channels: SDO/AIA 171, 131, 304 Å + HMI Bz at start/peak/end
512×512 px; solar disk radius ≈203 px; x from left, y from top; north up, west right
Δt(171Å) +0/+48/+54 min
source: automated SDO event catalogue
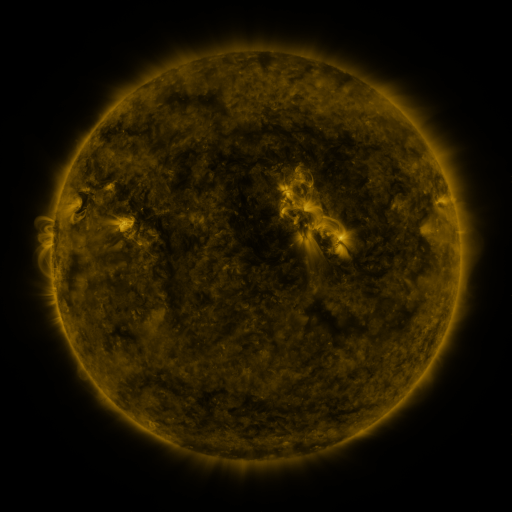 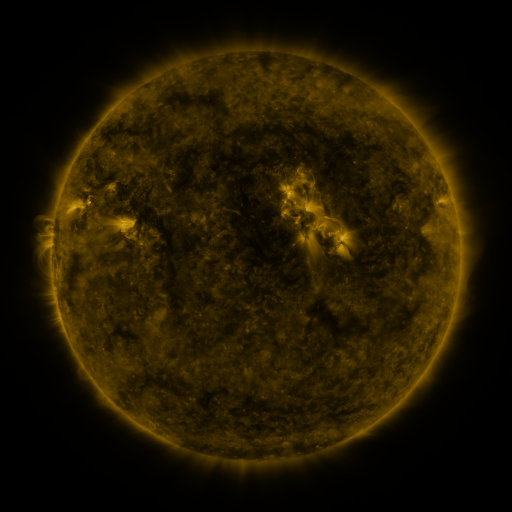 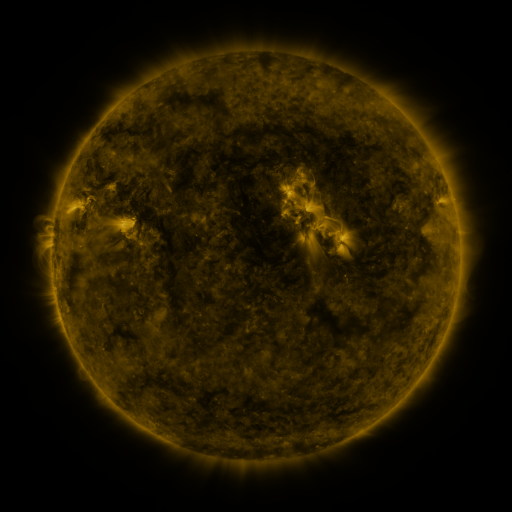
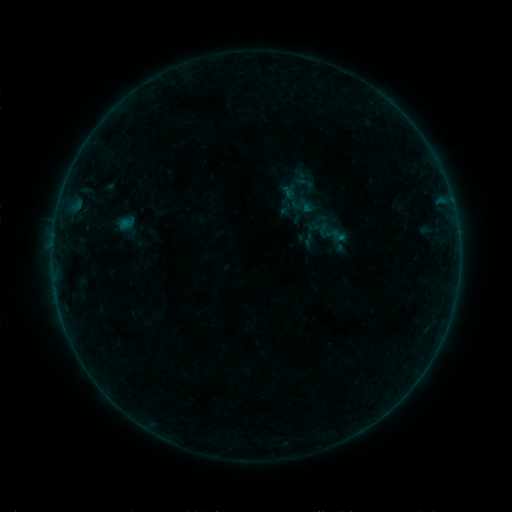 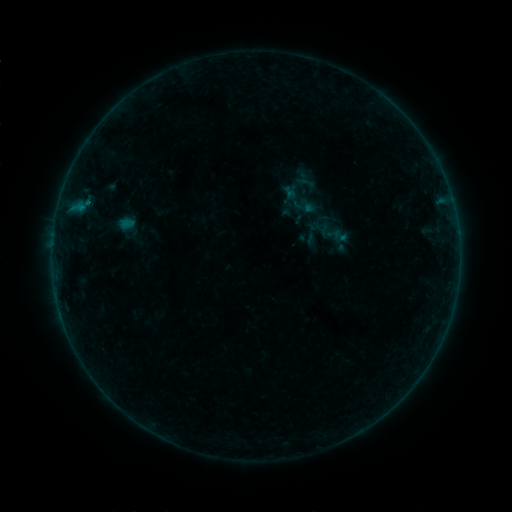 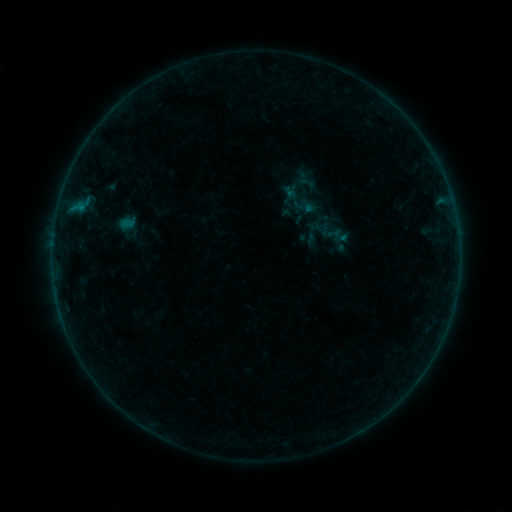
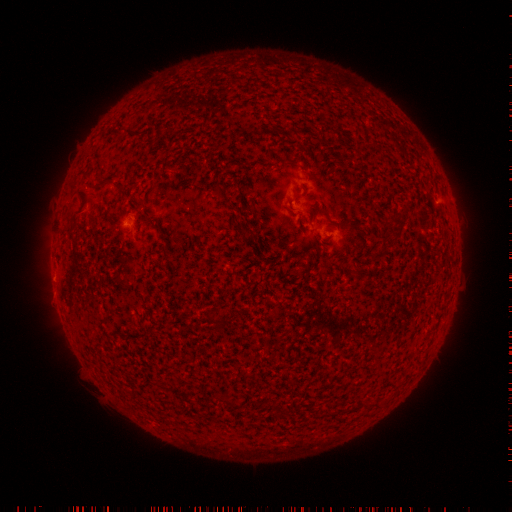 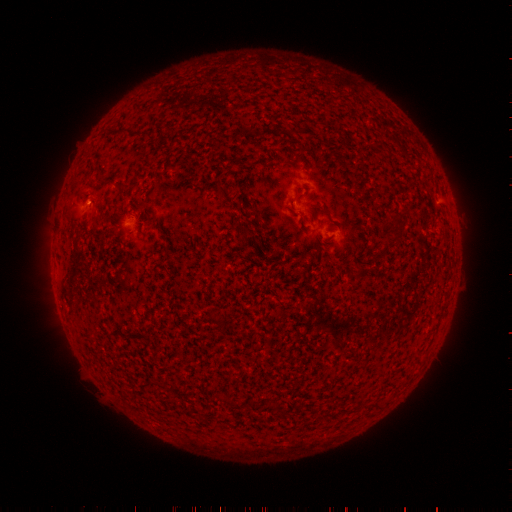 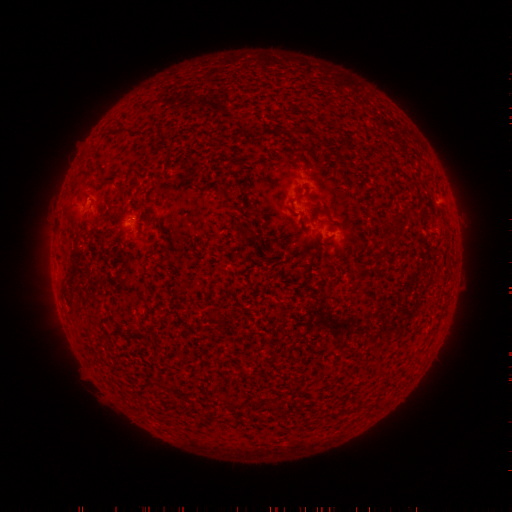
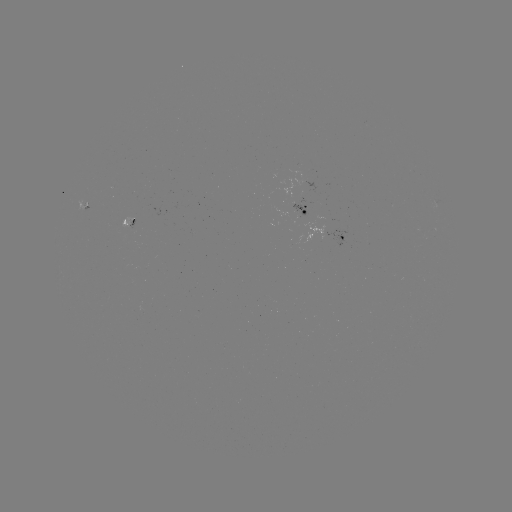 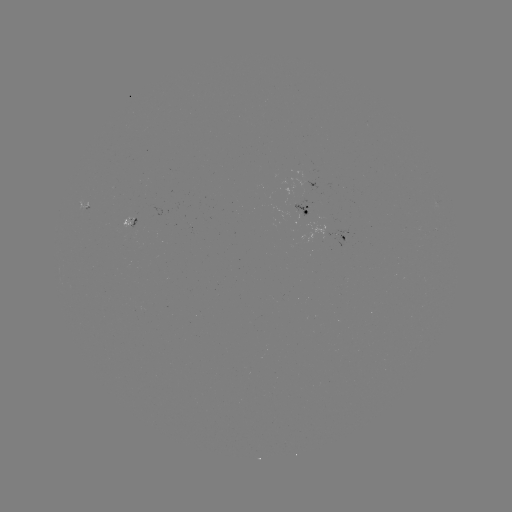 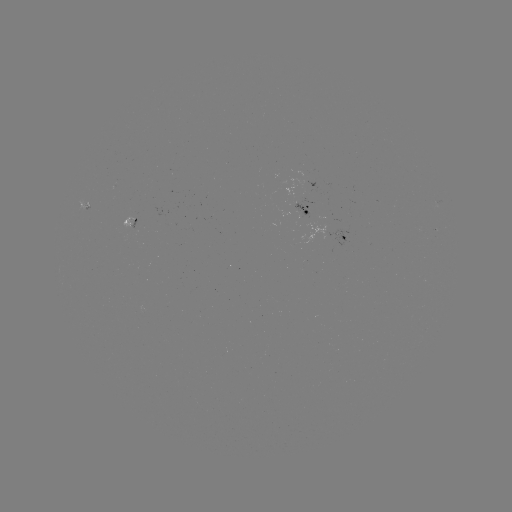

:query B2.7 flare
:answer (81, 205)